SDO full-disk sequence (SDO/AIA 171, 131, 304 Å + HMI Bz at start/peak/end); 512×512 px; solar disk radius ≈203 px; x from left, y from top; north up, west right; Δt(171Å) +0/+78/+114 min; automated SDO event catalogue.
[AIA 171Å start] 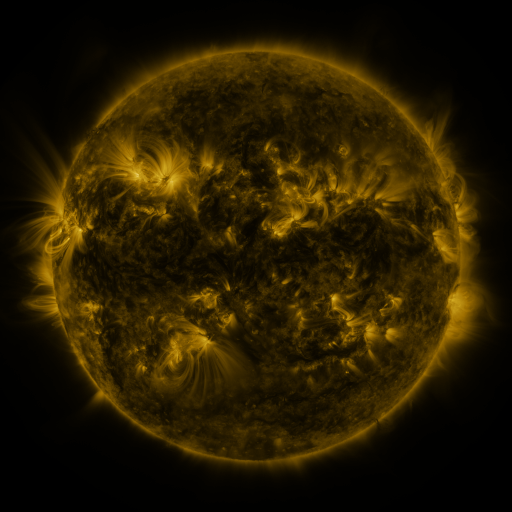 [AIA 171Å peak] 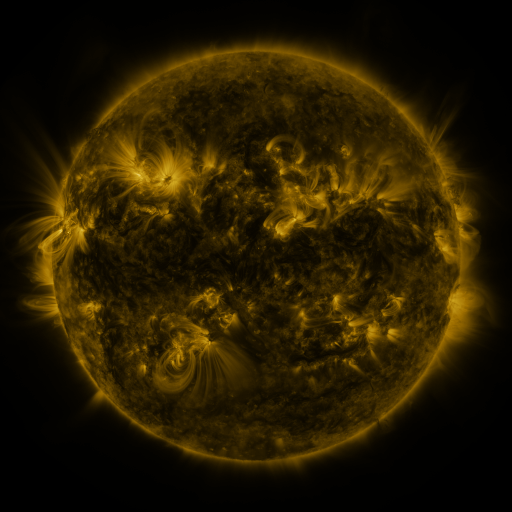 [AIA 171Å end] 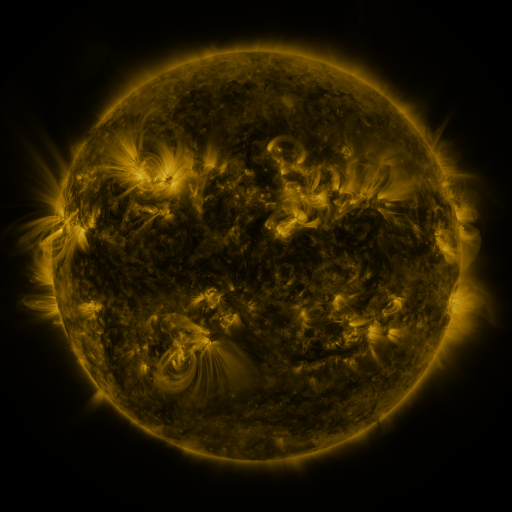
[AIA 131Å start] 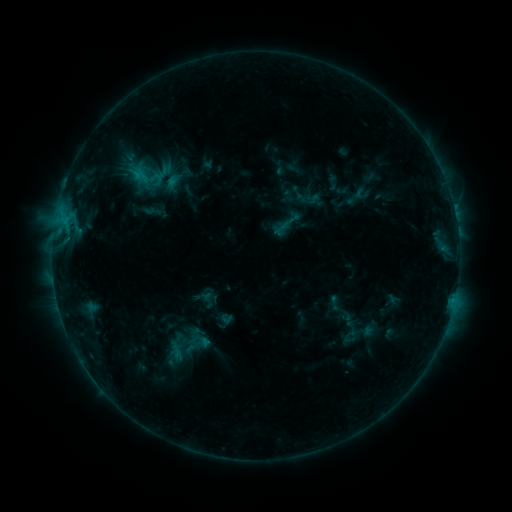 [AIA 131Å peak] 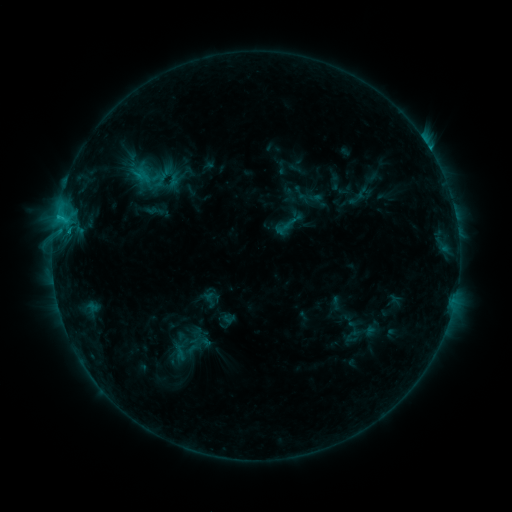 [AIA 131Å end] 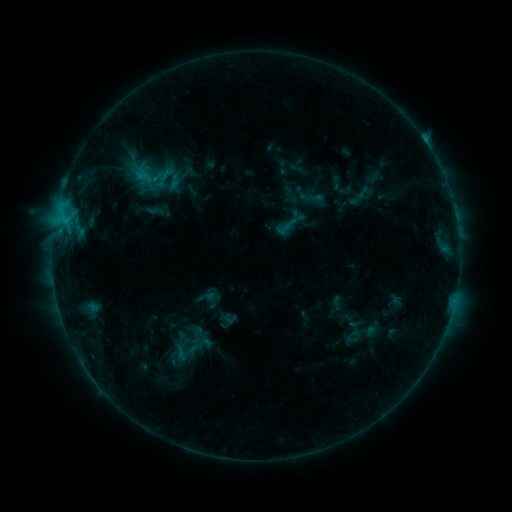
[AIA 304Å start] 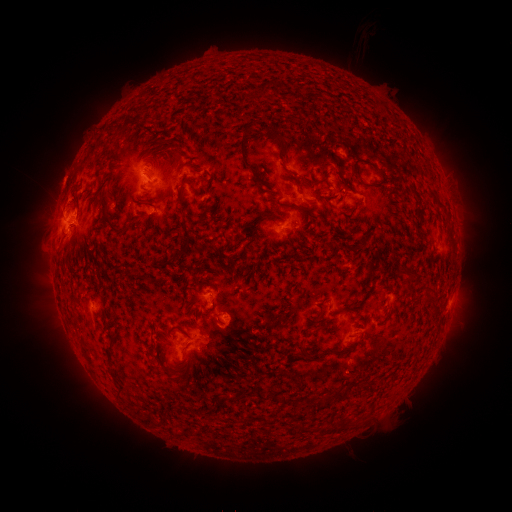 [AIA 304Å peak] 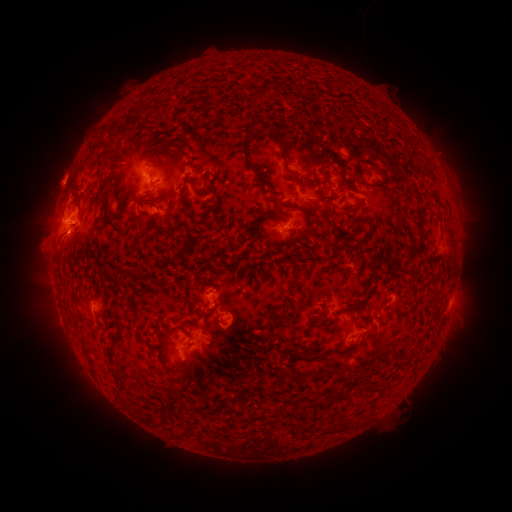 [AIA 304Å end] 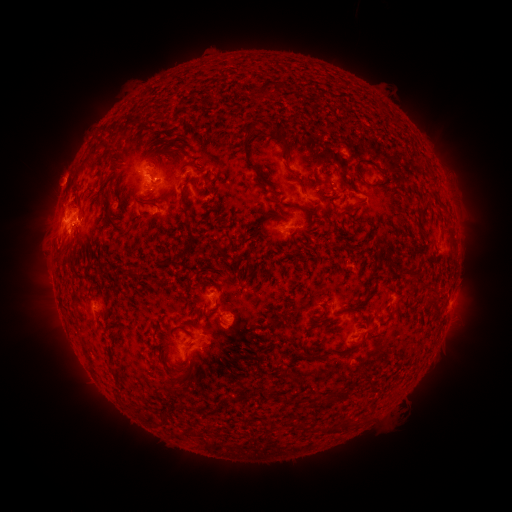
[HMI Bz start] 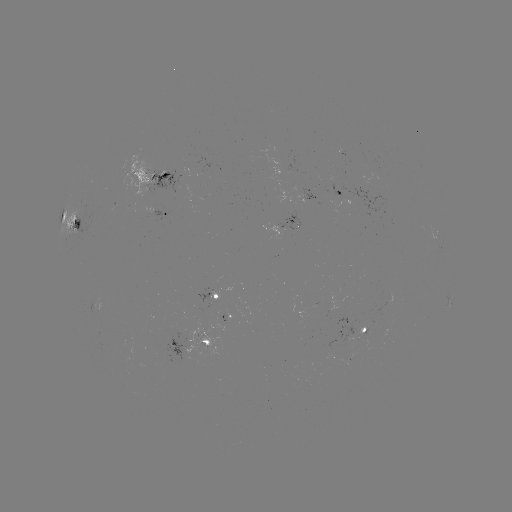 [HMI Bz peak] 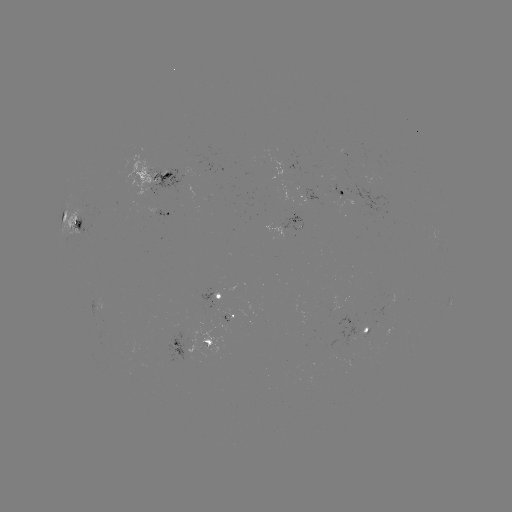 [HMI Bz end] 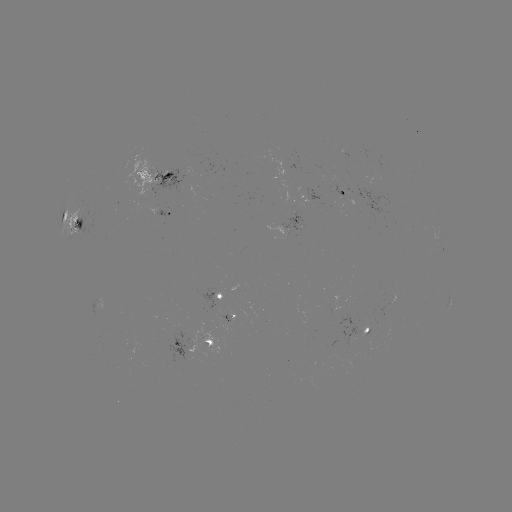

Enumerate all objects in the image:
C3.1 flare: (58, 218)
